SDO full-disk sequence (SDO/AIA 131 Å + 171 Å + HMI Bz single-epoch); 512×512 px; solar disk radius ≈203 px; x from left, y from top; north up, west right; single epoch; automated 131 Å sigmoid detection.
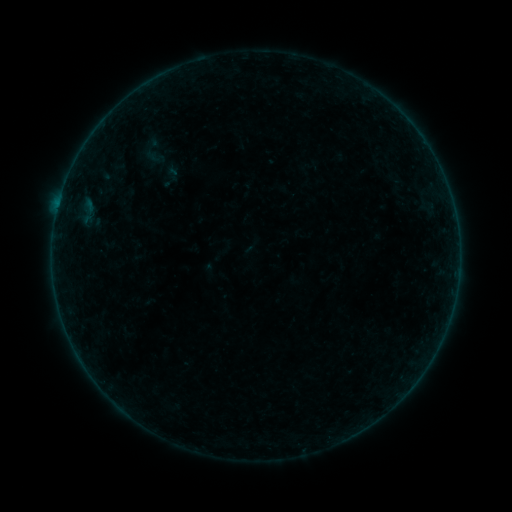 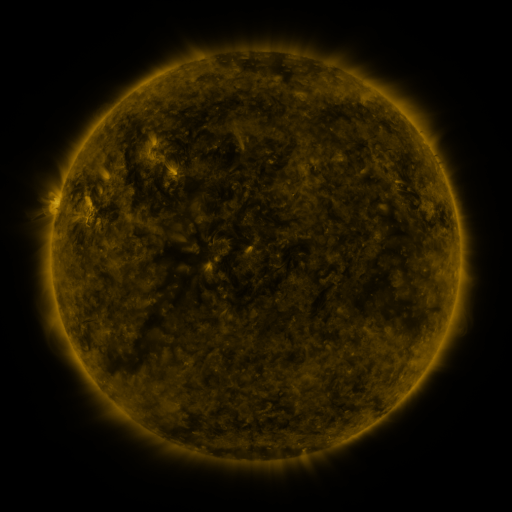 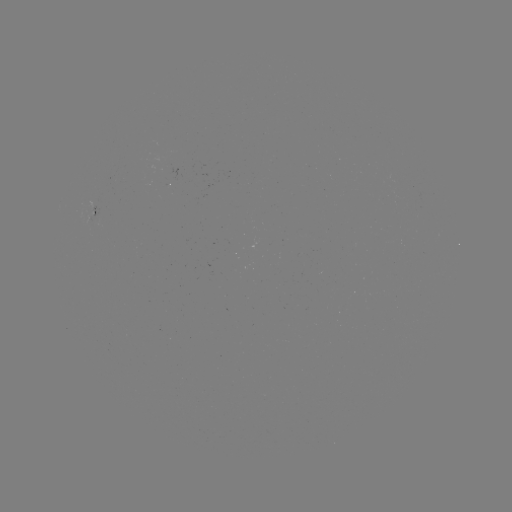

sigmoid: (130, 127, 191, 188)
